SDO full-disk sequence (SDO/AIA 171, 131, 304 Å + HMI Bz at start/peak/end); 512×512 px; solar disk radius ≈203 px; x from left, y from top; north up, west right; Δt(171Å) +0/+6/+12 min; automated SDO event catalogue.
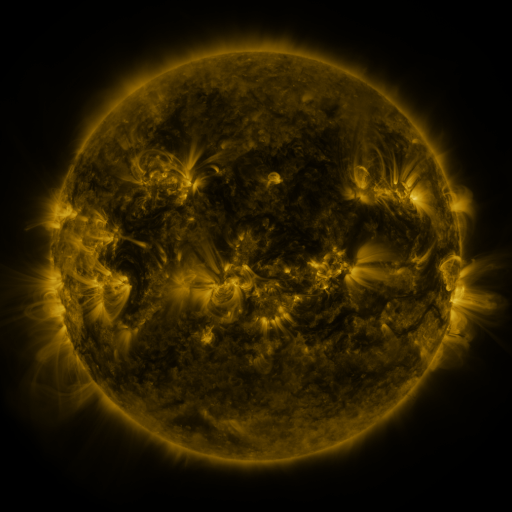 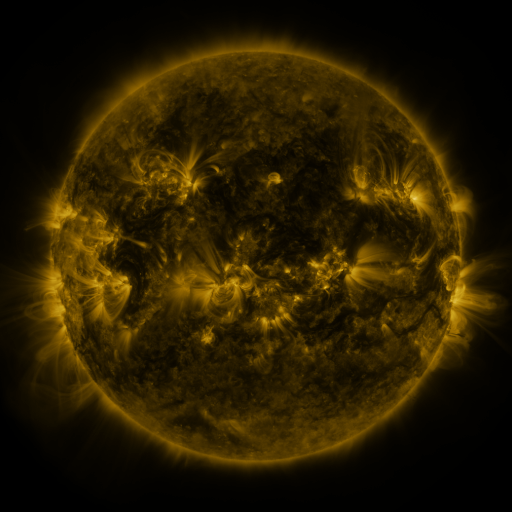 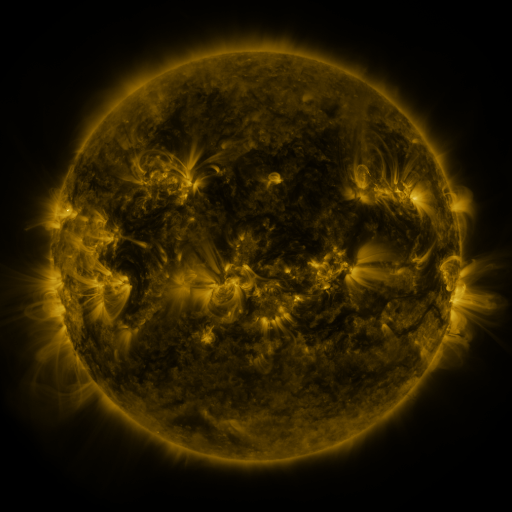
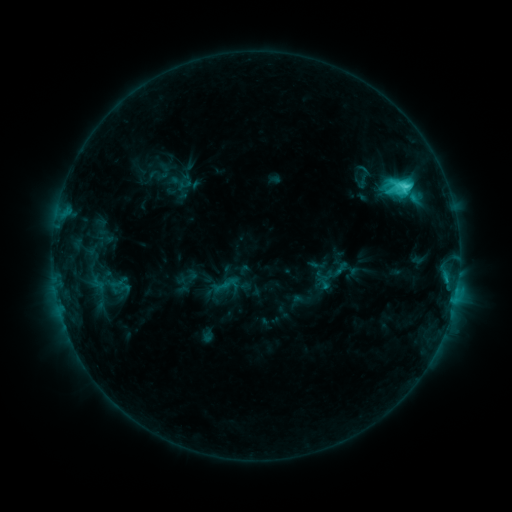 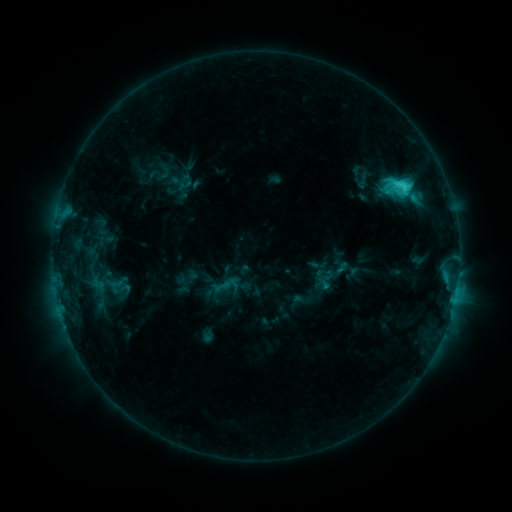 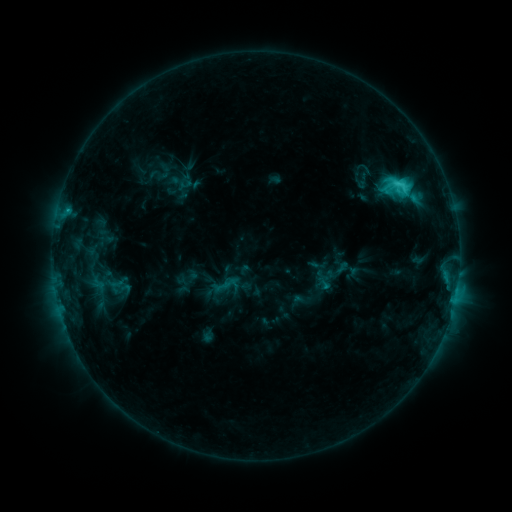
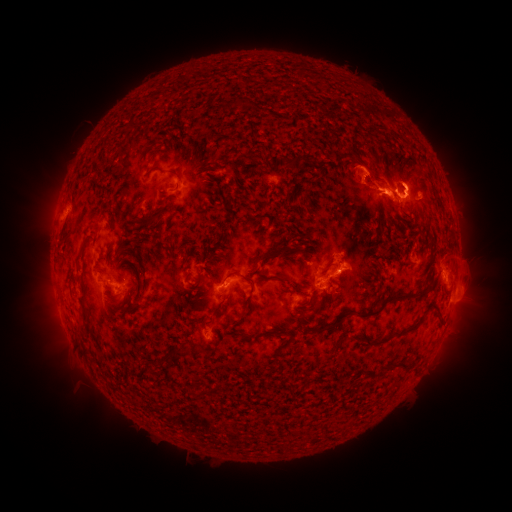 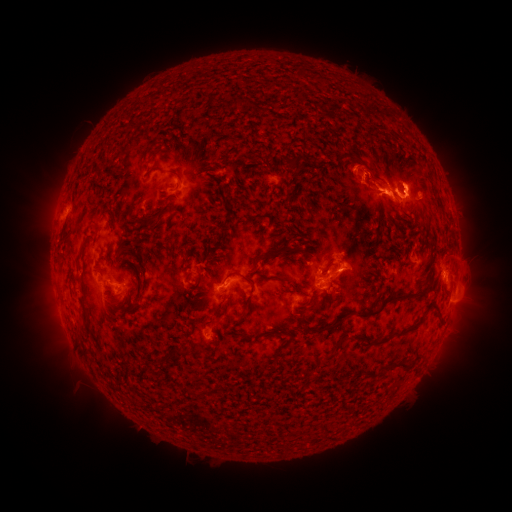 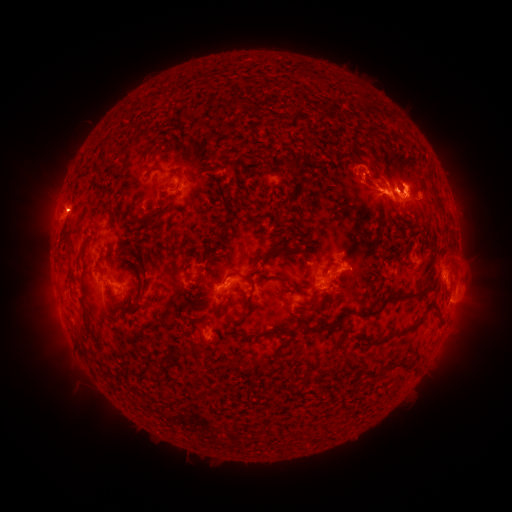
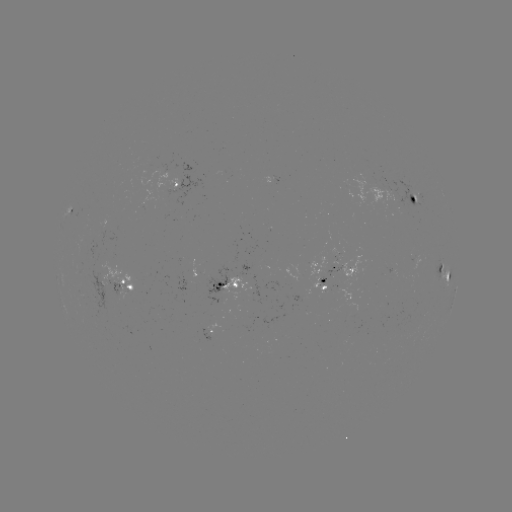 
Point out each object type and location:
eruption: (62, 204)
